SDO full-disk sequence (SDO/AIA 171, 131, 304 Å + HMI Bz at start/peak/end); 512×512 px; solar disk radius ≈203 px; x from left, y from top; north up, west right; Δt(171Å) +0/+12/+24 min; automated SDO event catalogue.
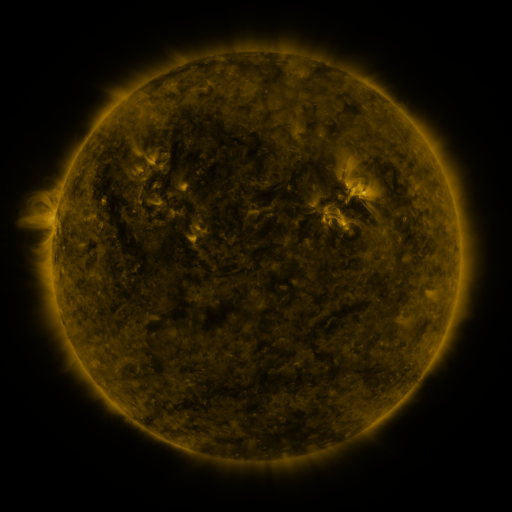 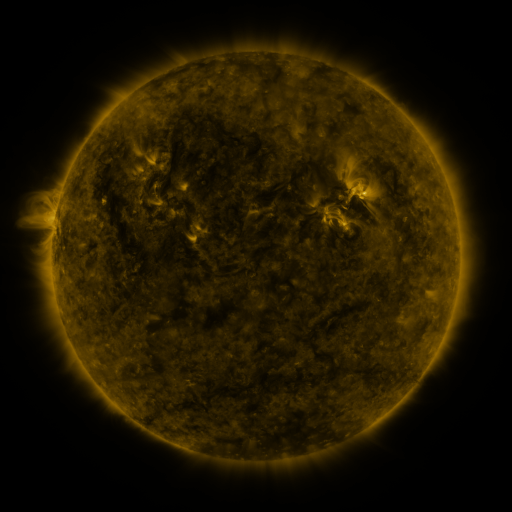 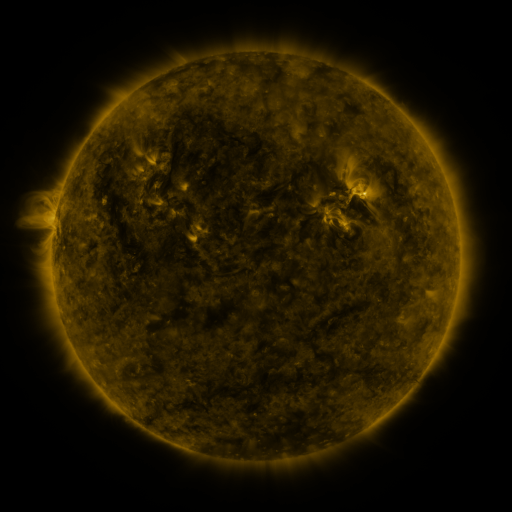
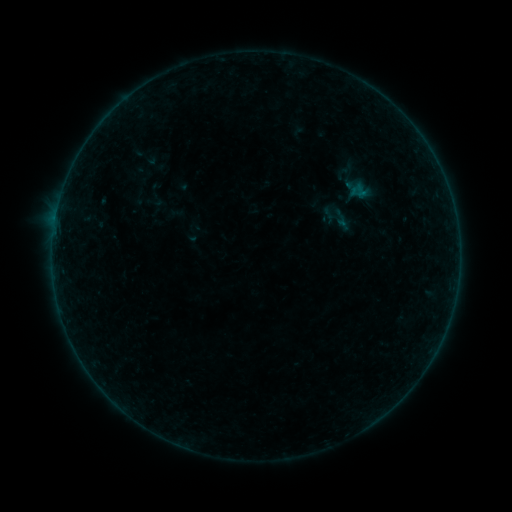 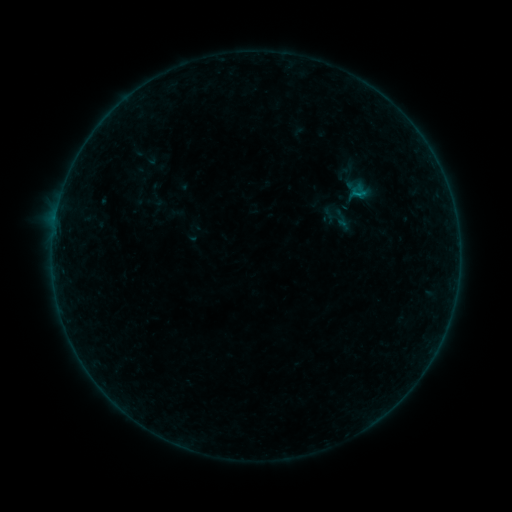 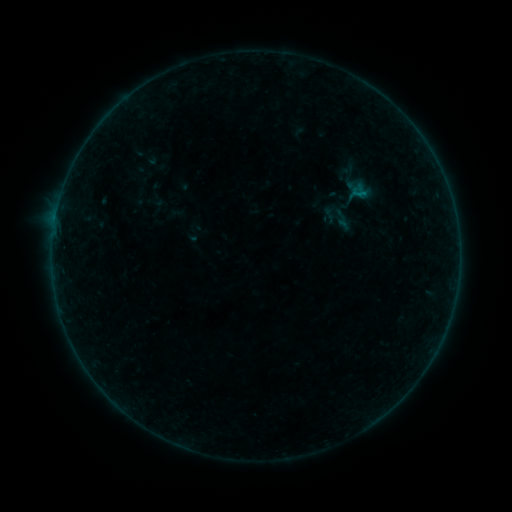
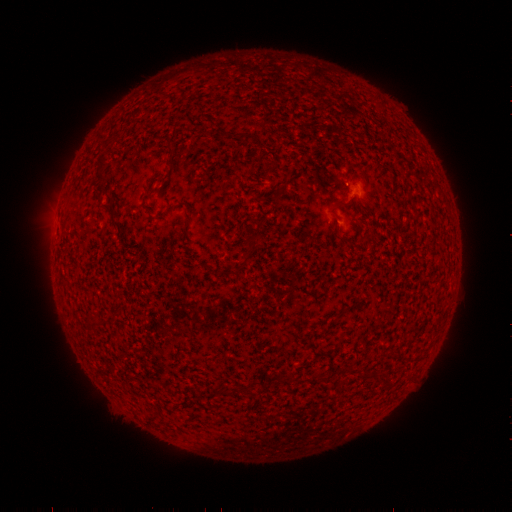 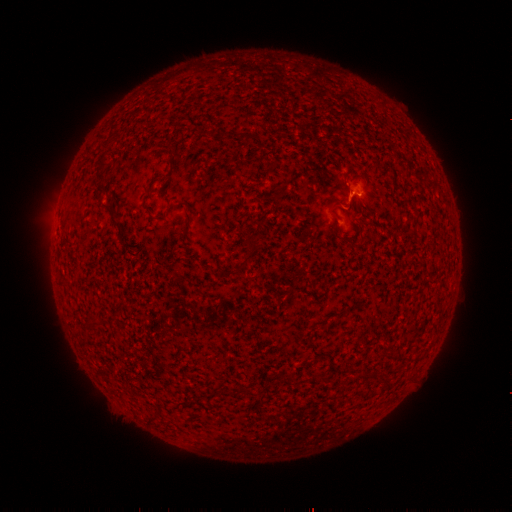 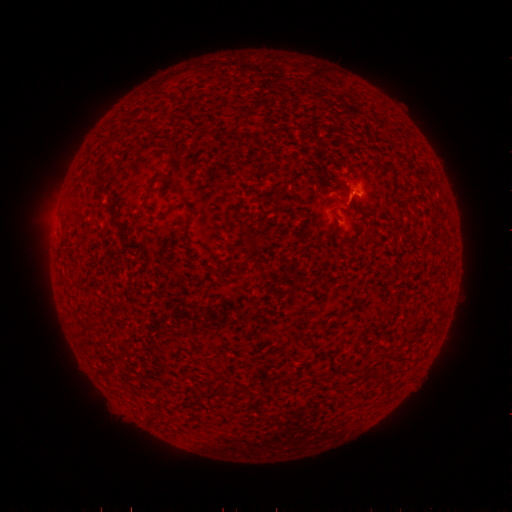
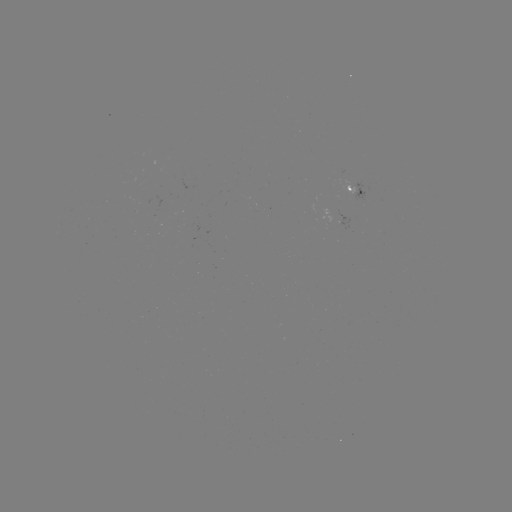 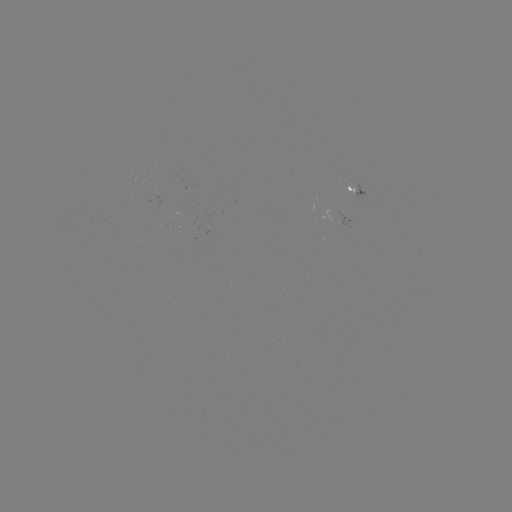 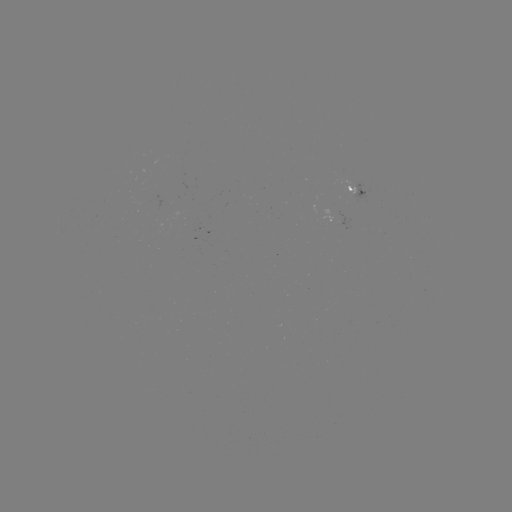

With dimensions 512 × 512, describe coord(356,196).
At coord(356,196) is B1.8 flare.